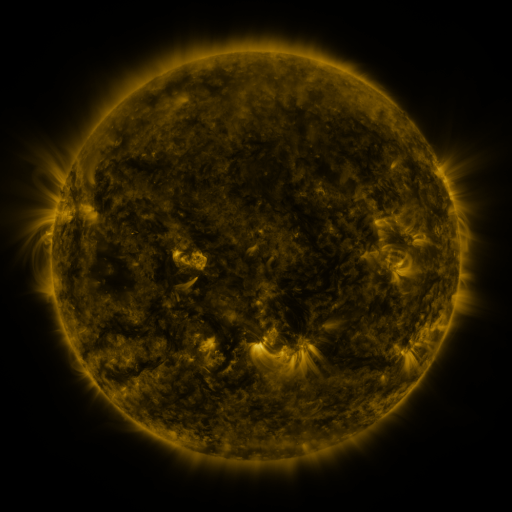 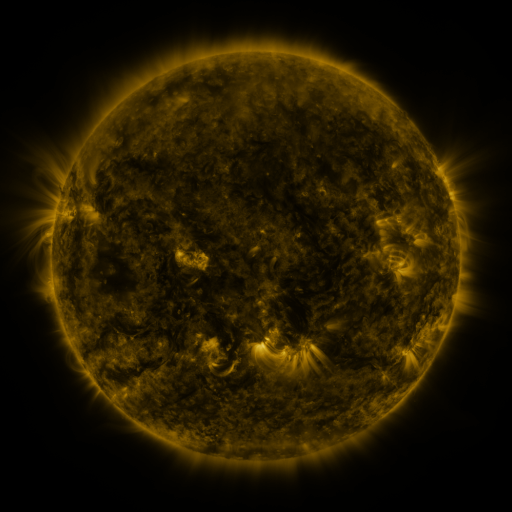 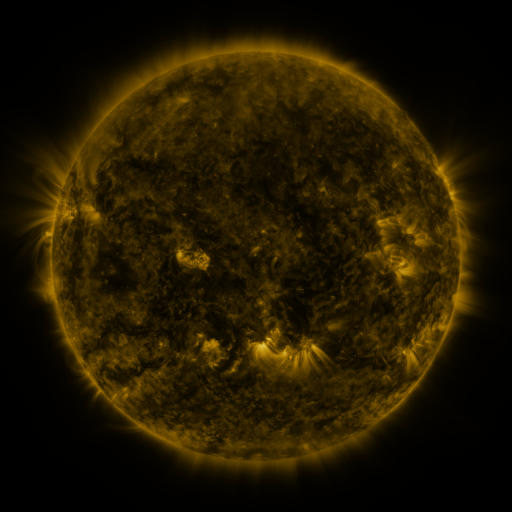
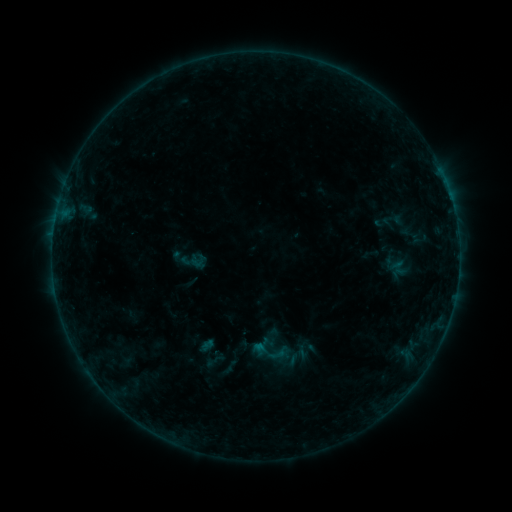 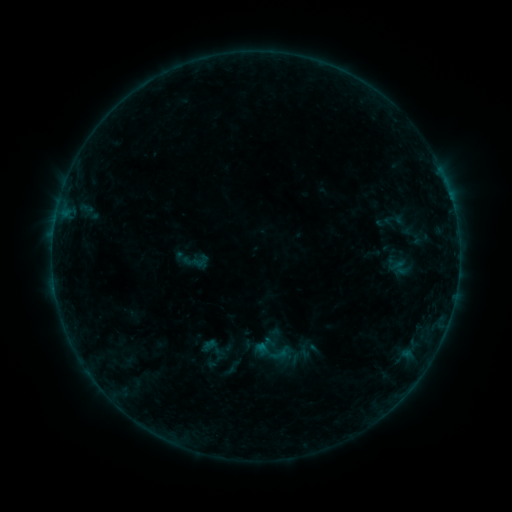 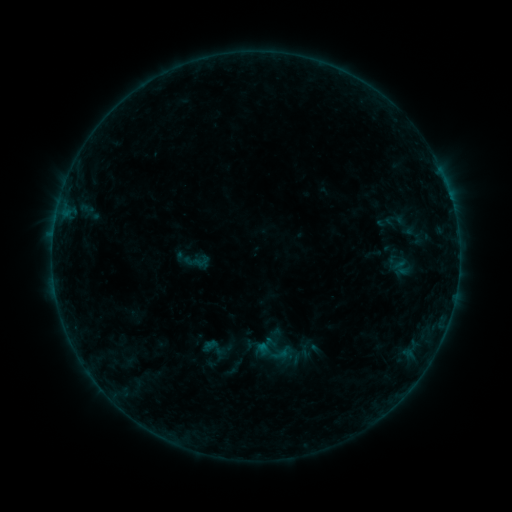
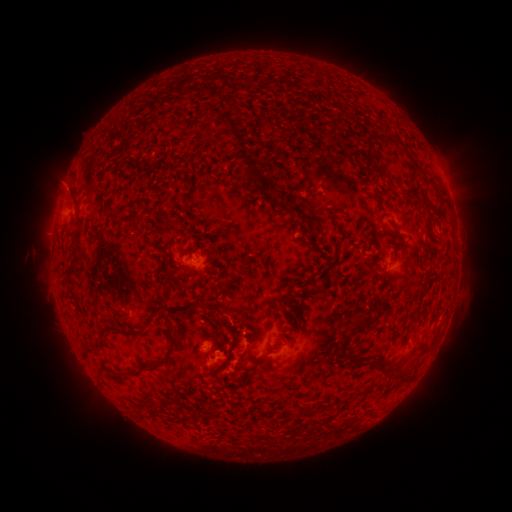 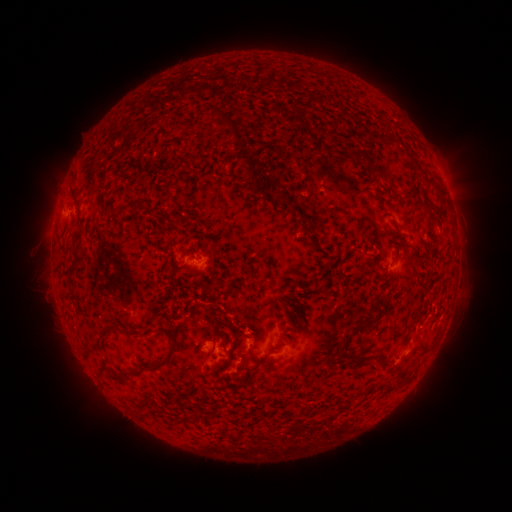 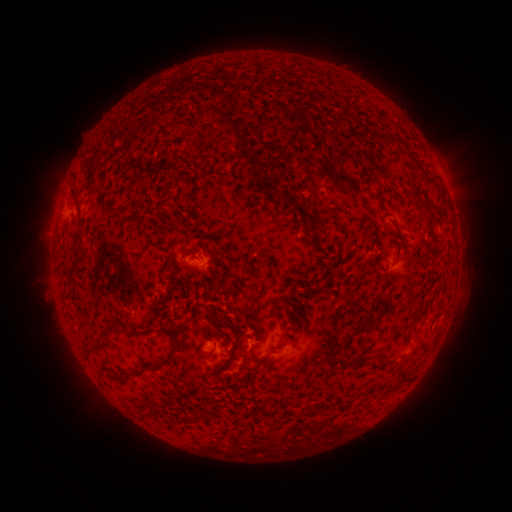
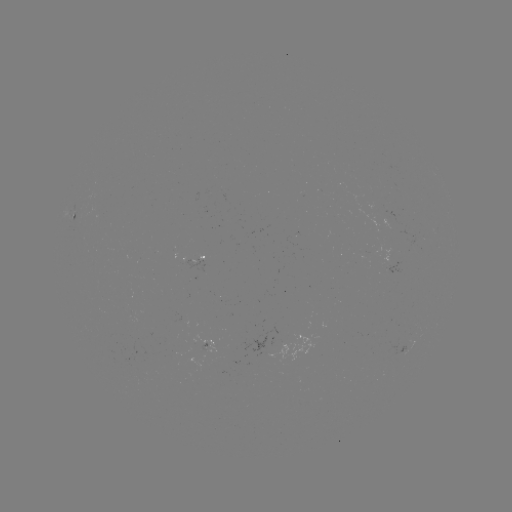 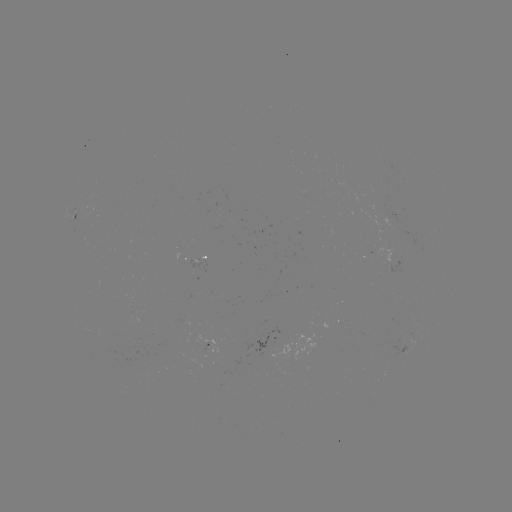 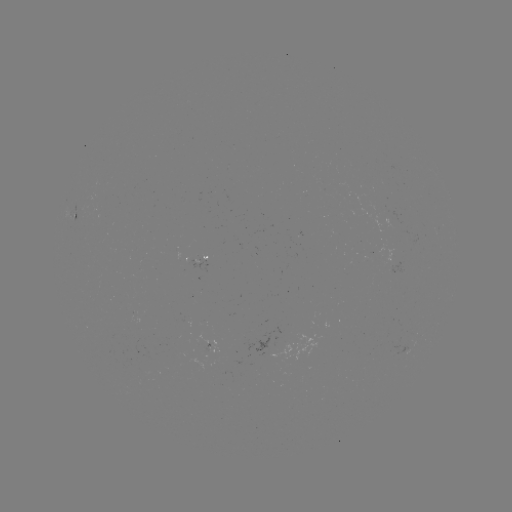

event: emerging-flux region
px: (192, 261)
